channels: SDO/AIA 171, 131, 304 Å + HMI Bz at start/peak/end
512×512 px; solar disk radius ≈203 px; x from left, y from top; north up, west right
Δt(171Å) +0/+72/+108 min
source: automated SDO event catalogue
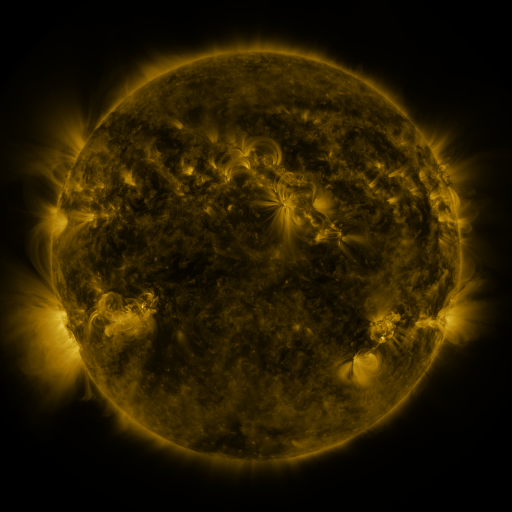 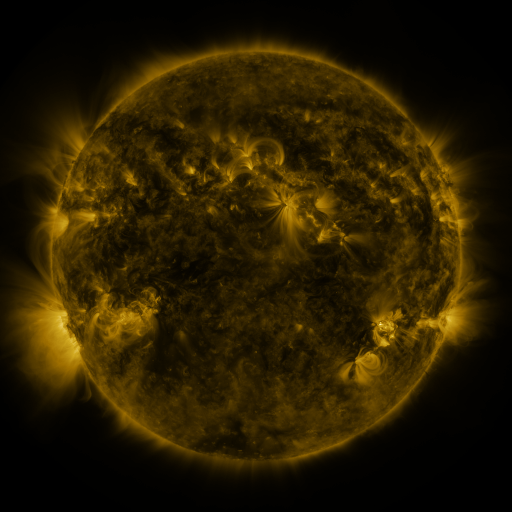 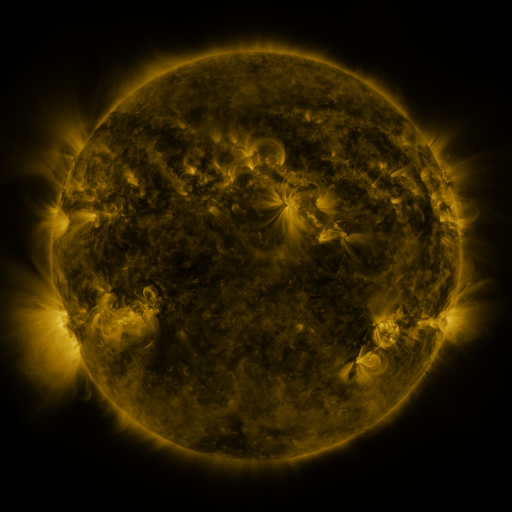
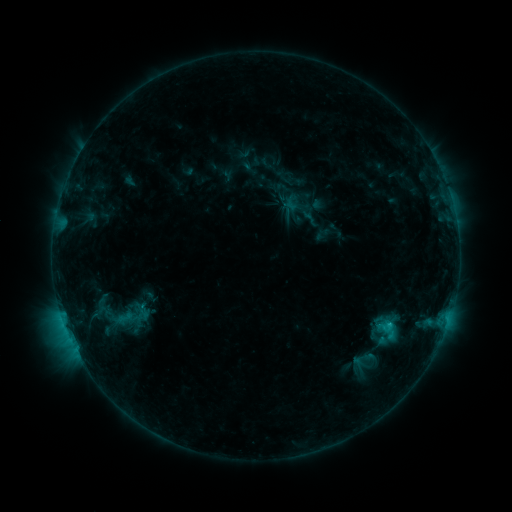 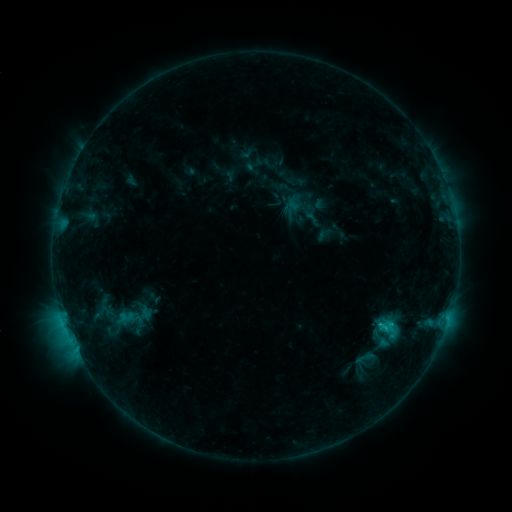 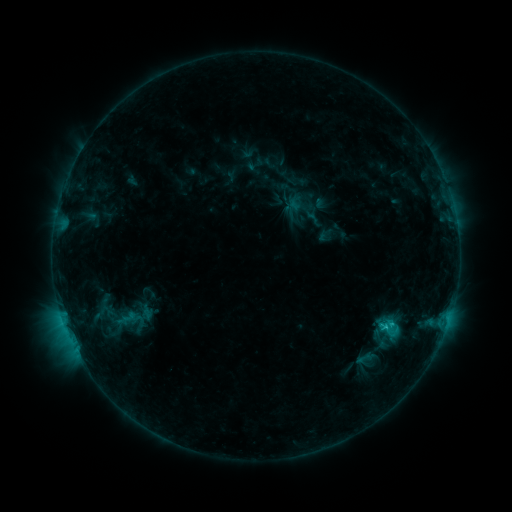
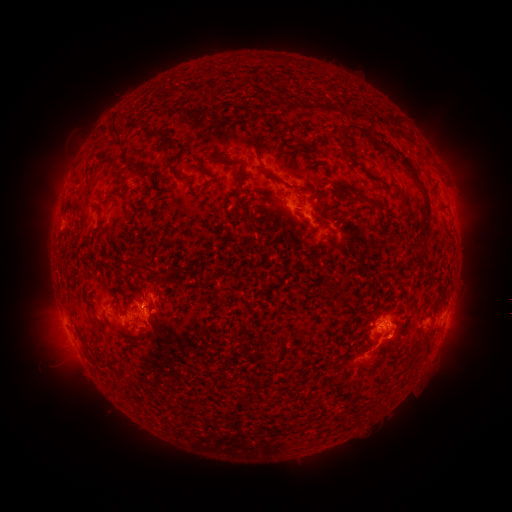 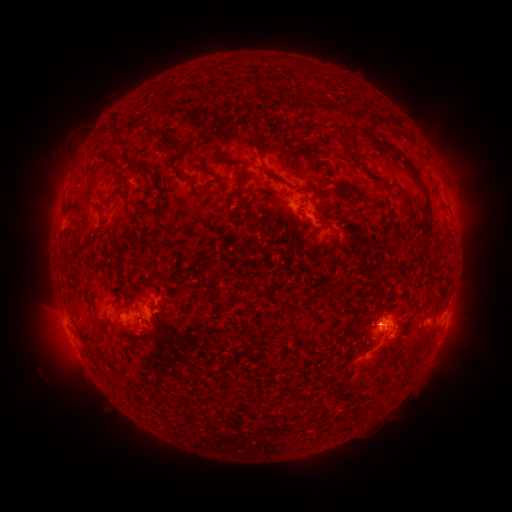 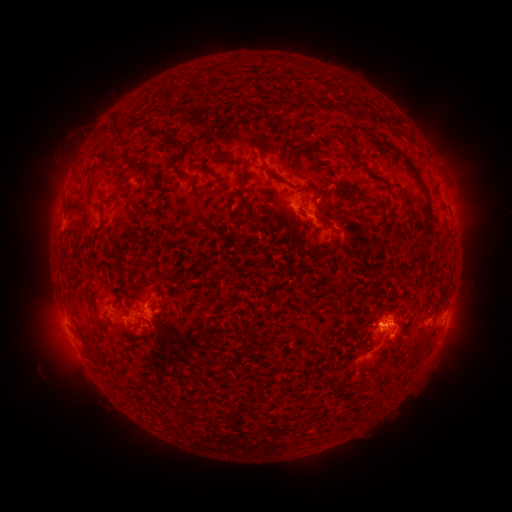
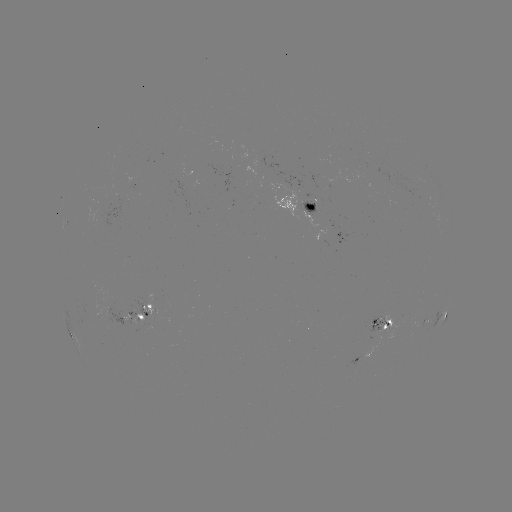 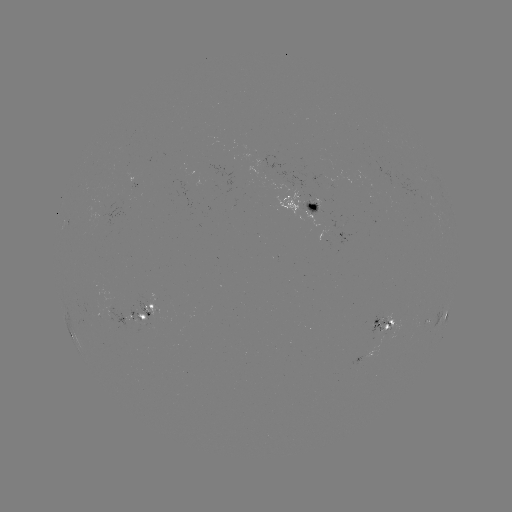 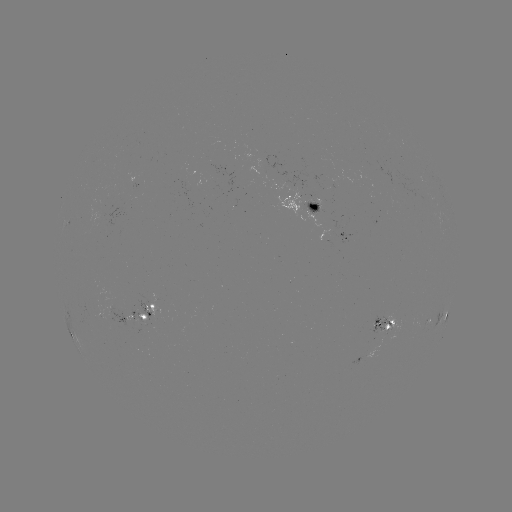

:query emerging-flux region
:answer [135, 319]